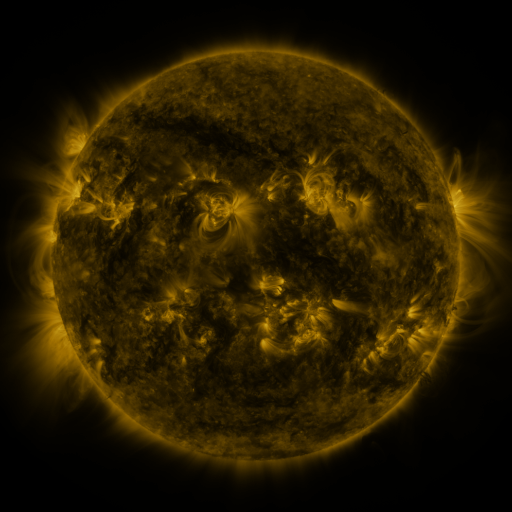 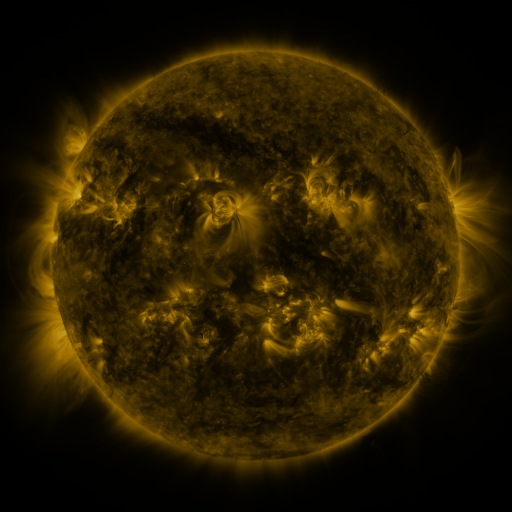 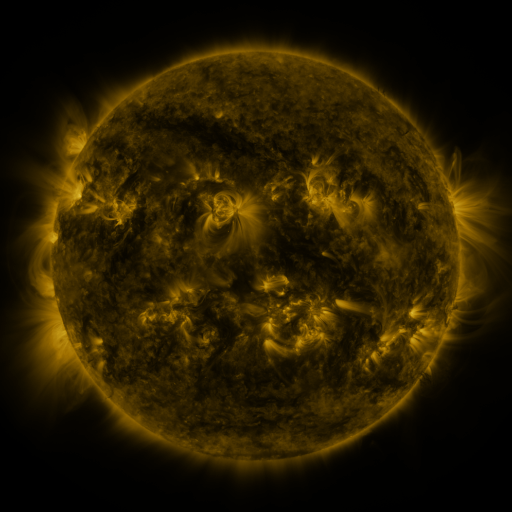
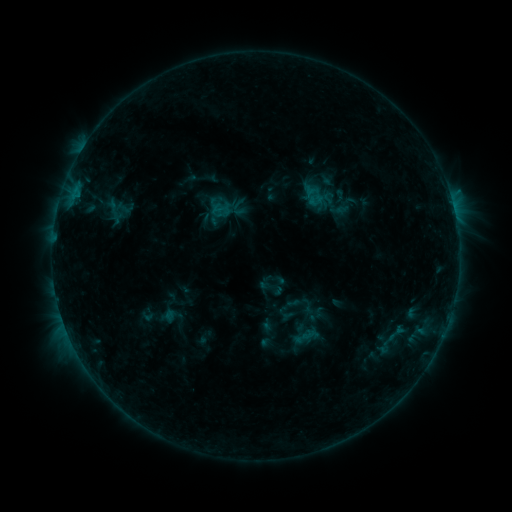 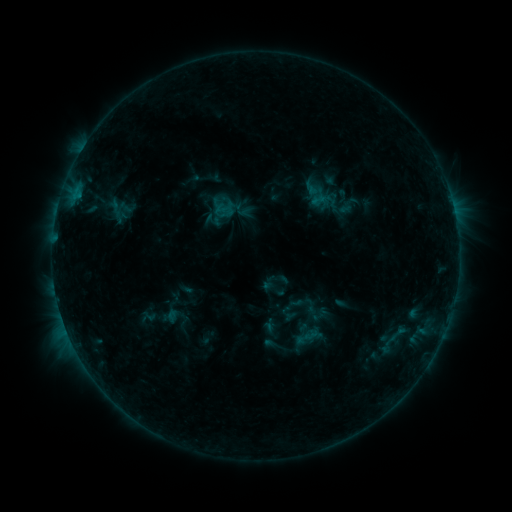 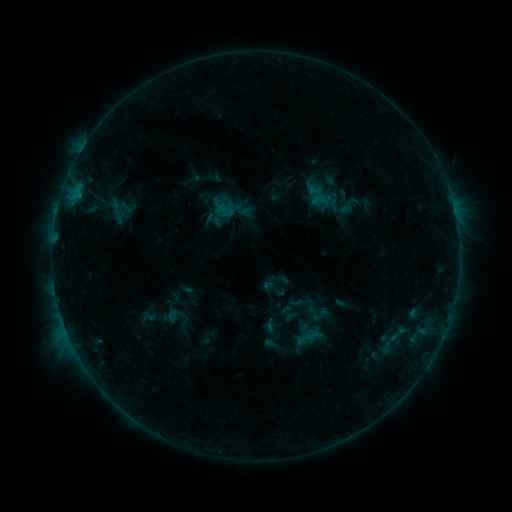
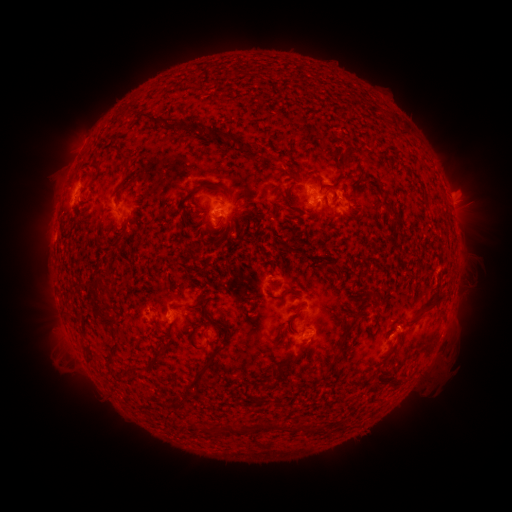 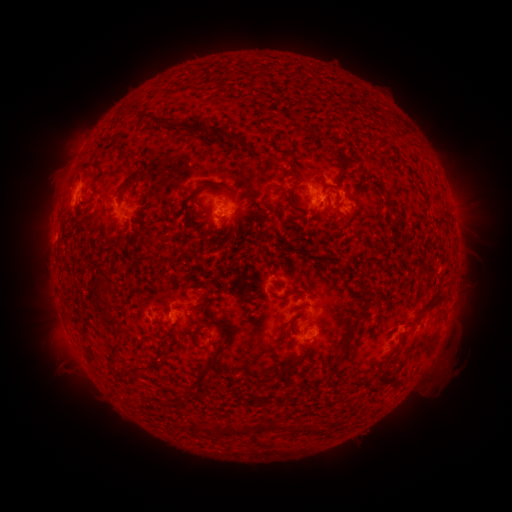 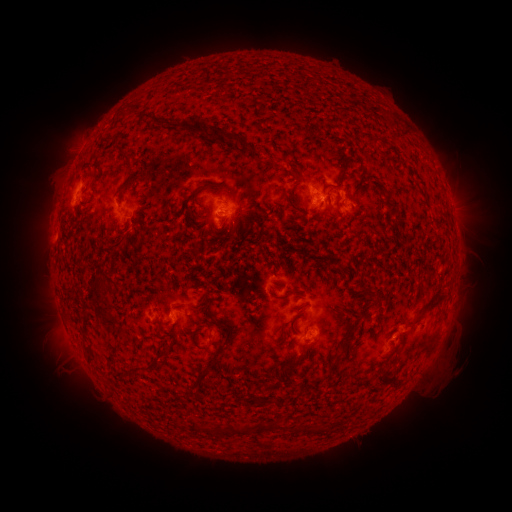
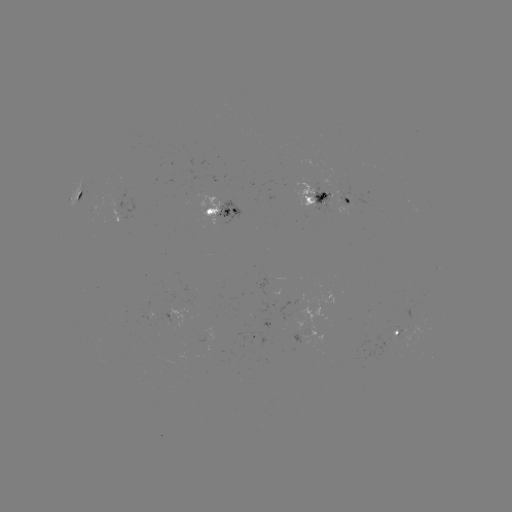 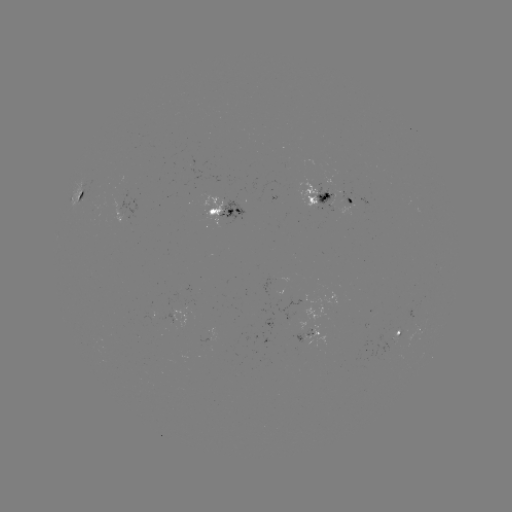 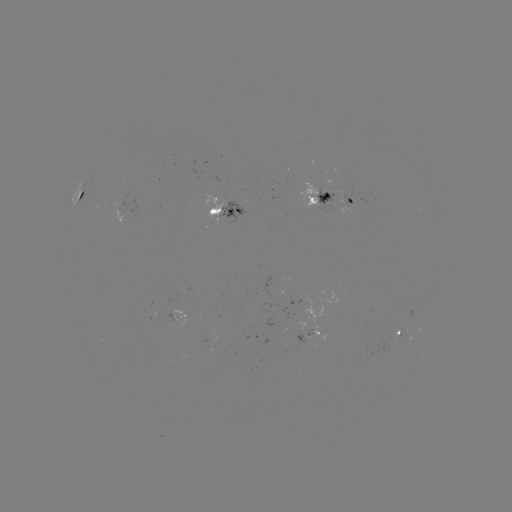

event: emerging-flux region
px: (352, 204)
